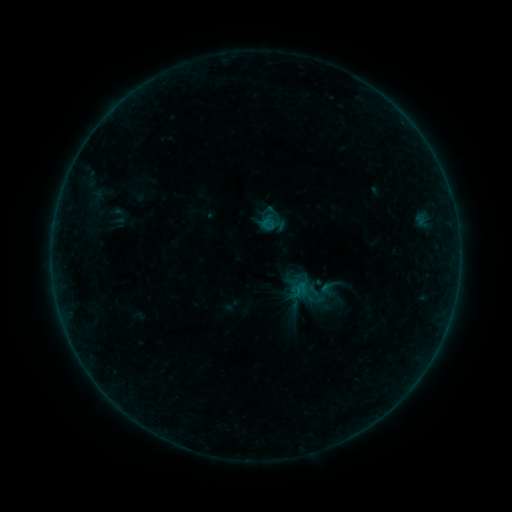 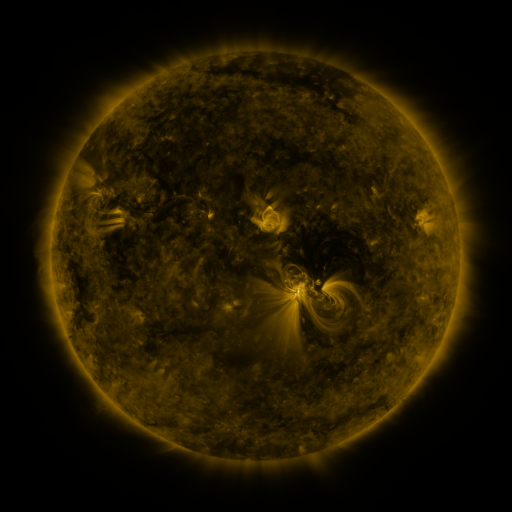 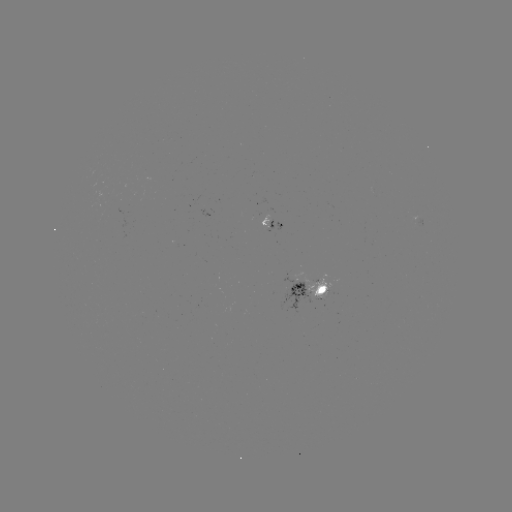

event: sigmoid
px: (328, 288)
